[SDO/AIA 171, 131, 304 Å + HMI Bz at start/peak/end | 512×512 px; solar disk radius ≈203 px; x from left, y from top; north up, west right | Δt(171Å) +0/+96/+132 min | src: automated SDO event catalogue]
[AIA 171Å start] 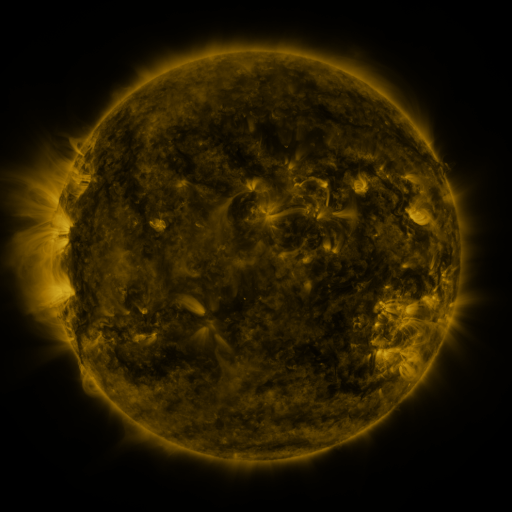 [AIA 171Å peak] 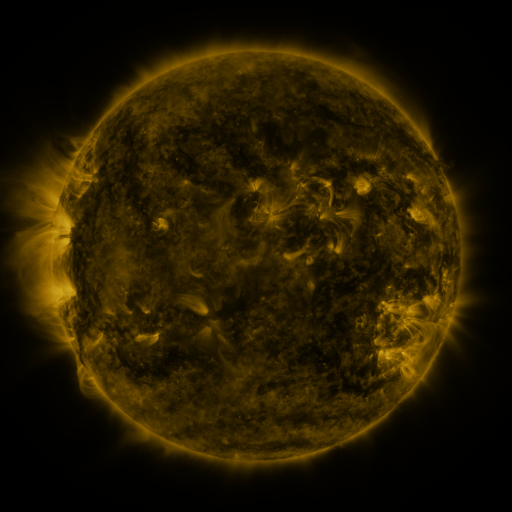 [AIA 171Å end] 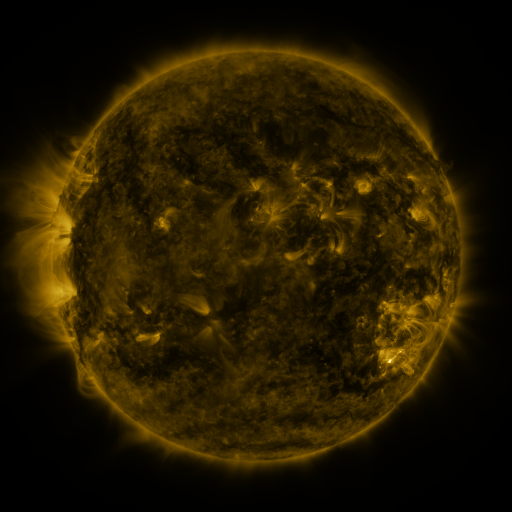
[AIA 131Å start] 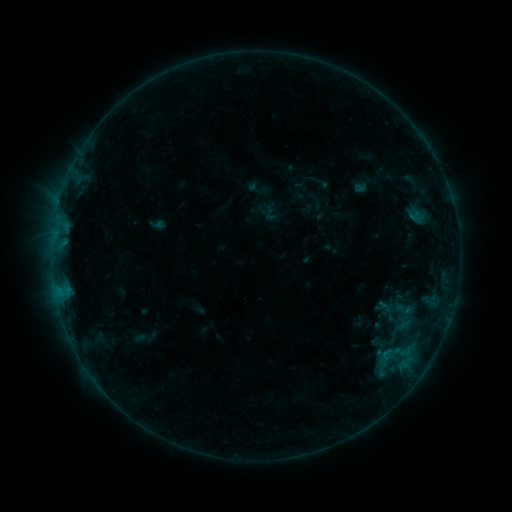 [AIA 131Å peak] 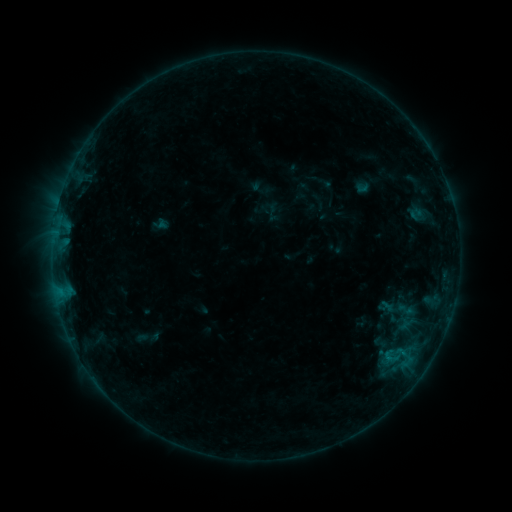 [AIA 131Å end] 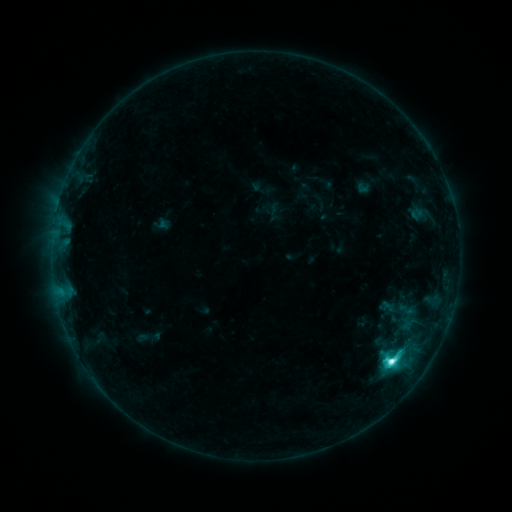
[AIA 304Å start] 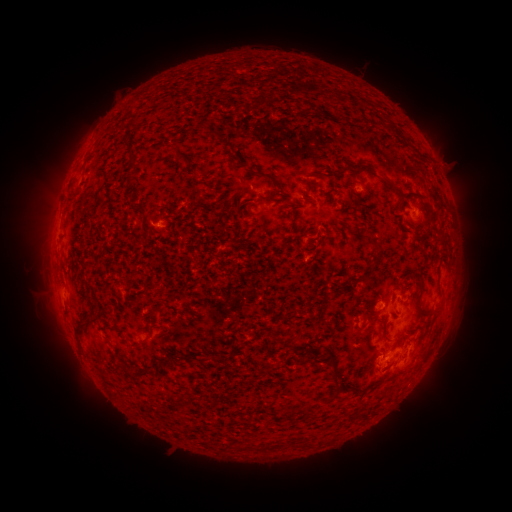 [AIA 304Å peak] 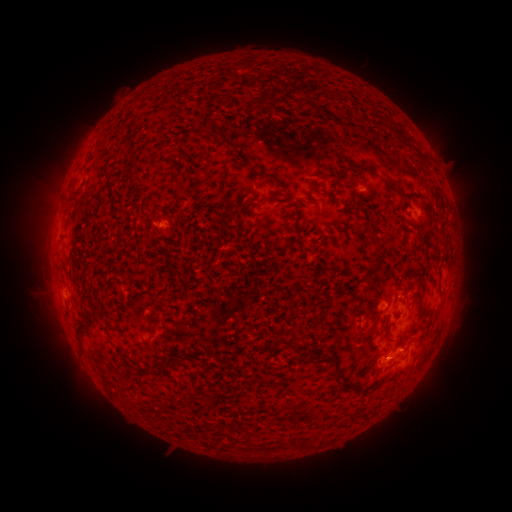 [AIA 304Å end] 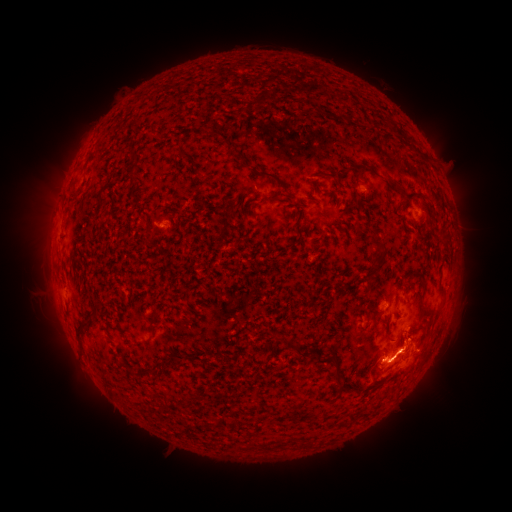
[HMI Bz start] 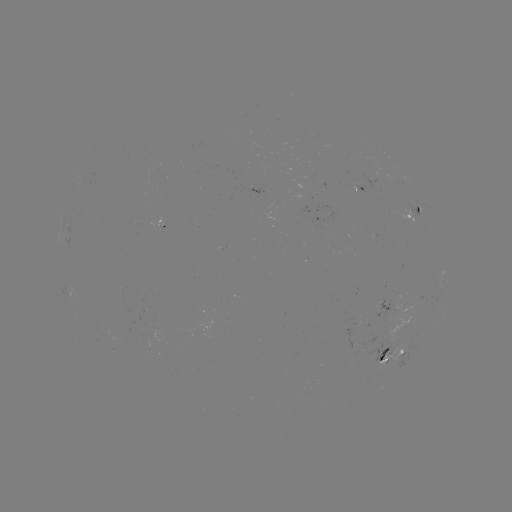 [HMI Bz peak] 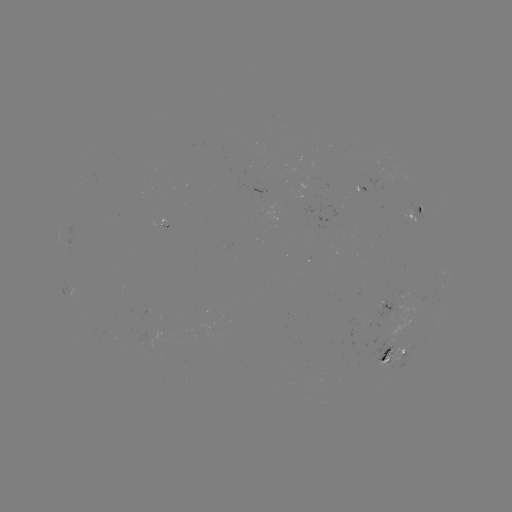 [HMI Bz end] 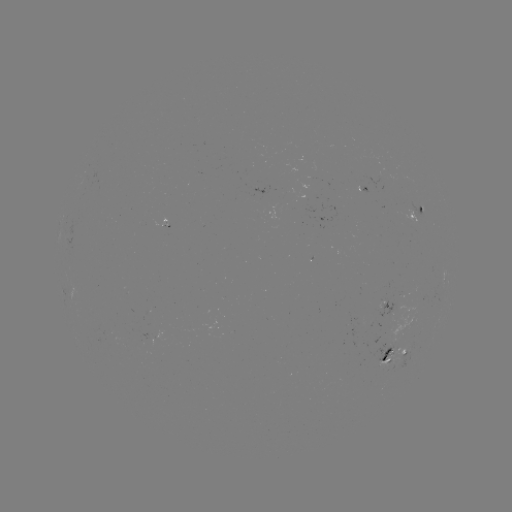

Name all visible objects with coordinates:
emerging-flux region: (388, 294)
